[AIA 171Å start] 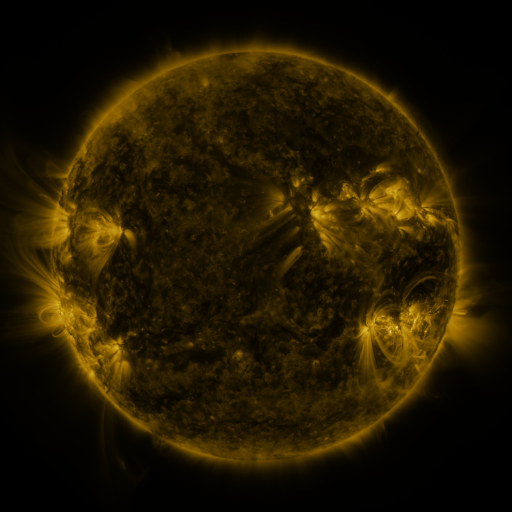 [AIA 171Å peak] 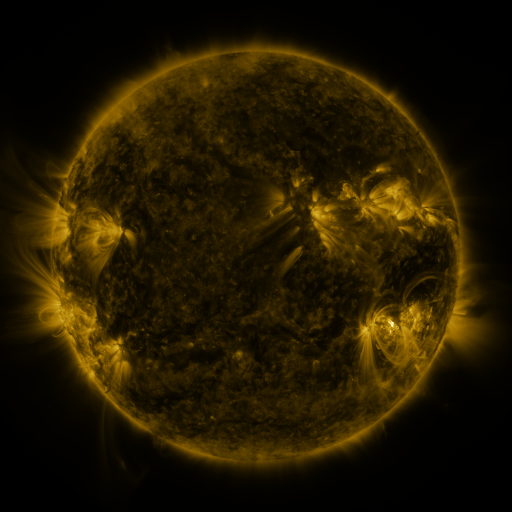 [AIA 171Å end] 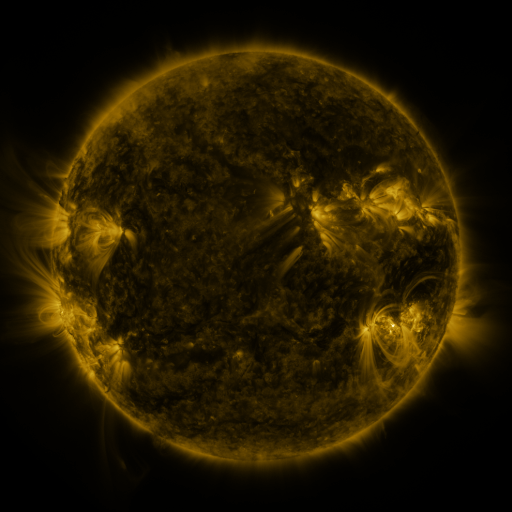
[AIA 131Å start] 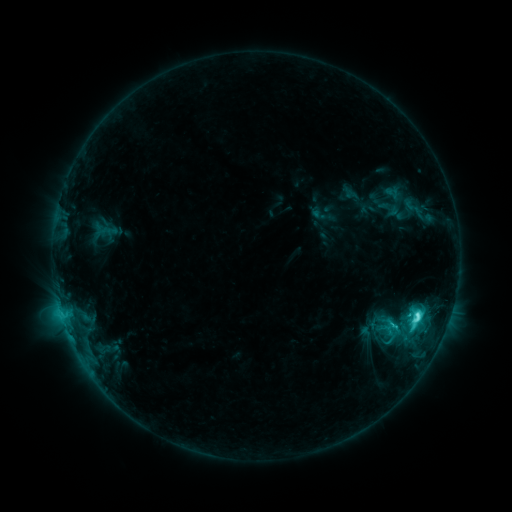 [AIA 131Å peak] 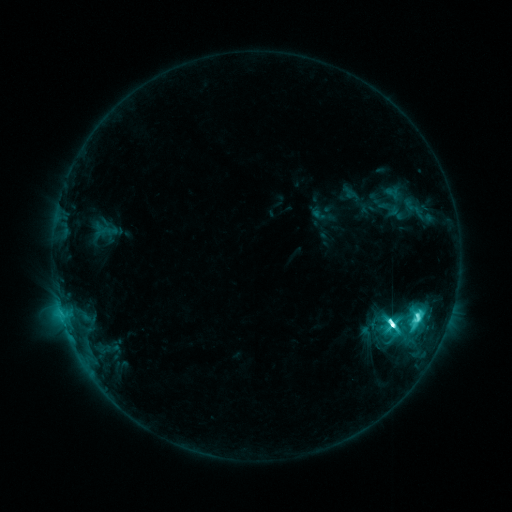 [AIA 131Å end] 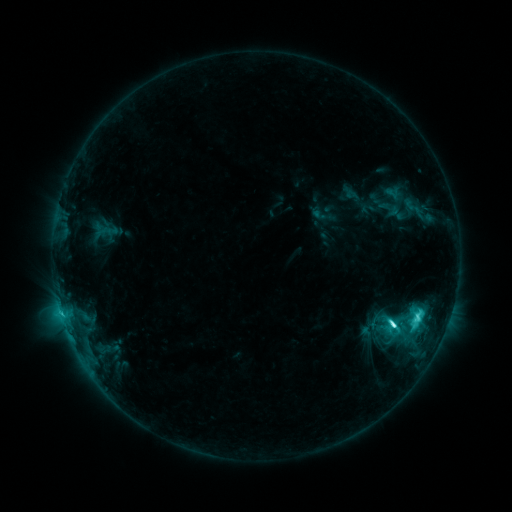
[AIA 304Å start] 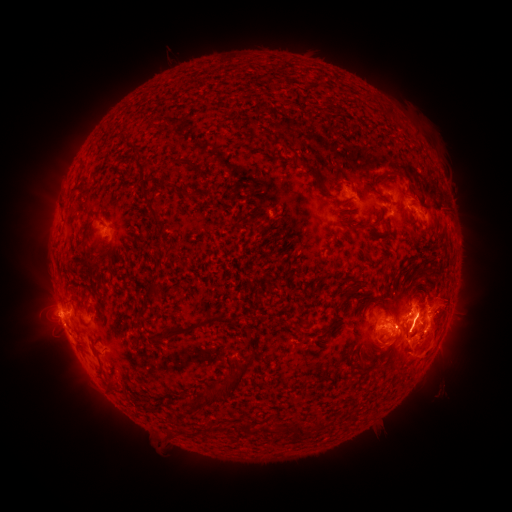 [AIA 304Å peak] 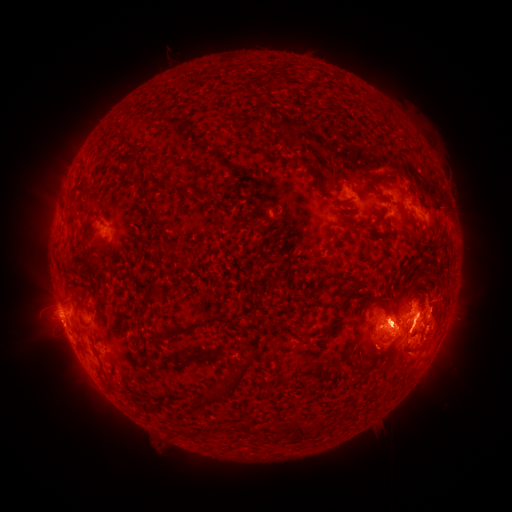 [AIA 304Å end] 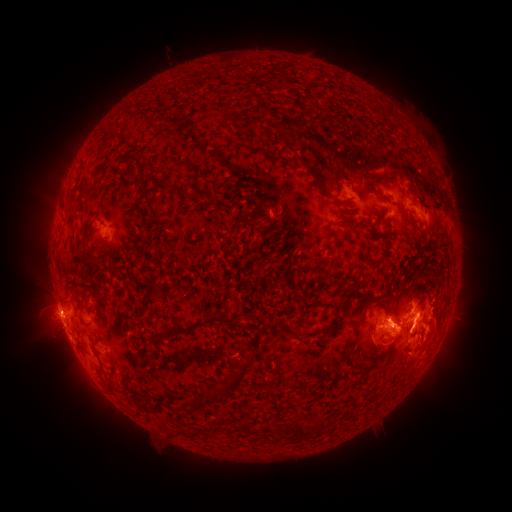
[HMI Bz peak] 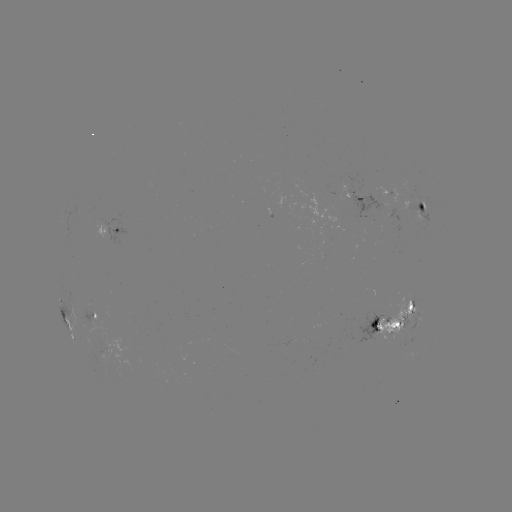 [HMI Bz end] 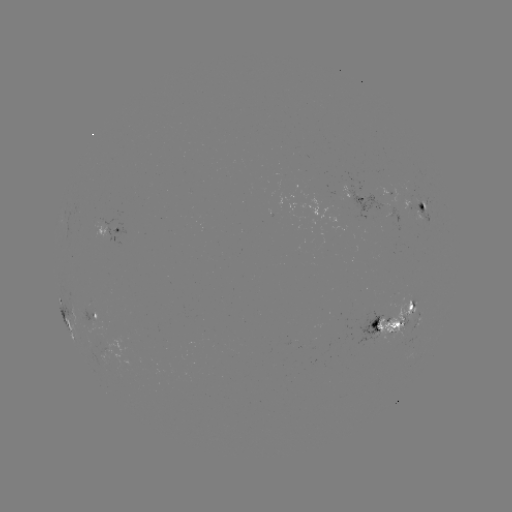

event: flare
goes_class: M1.8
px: (391, 324)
